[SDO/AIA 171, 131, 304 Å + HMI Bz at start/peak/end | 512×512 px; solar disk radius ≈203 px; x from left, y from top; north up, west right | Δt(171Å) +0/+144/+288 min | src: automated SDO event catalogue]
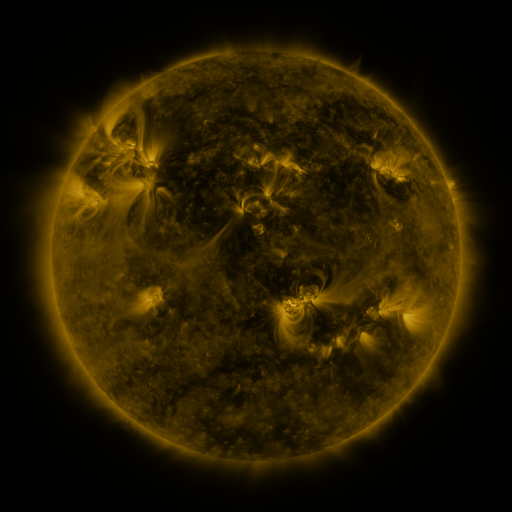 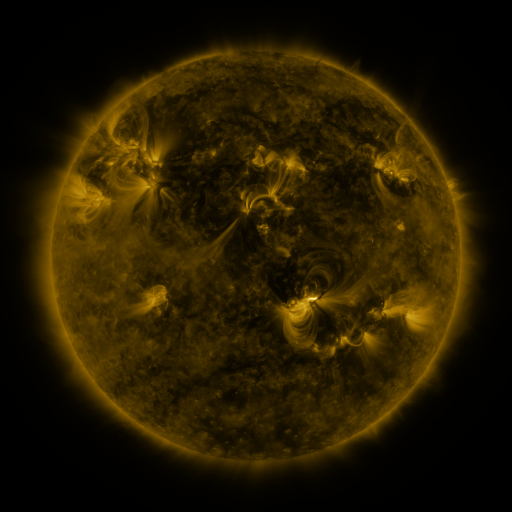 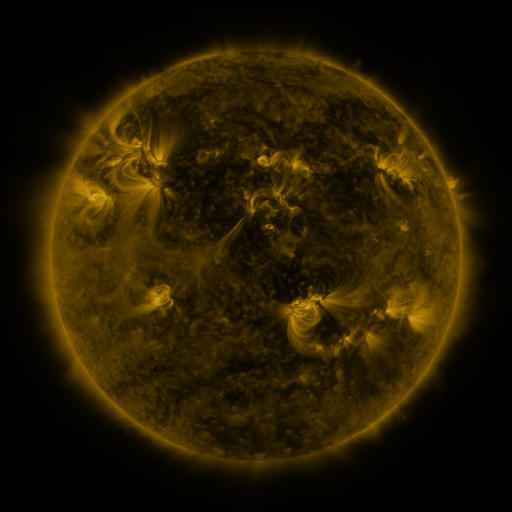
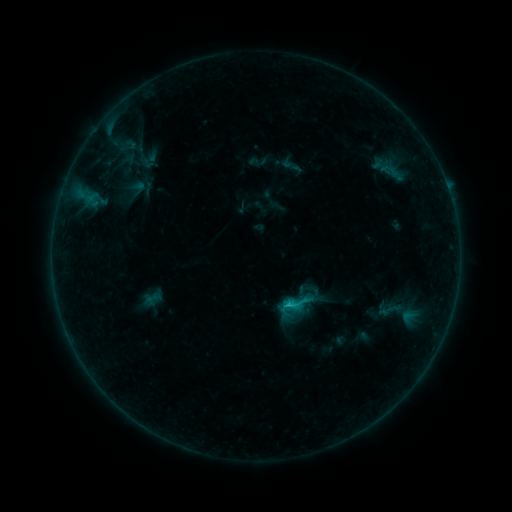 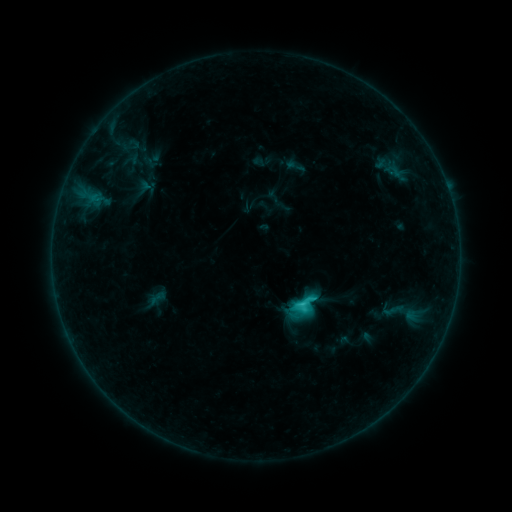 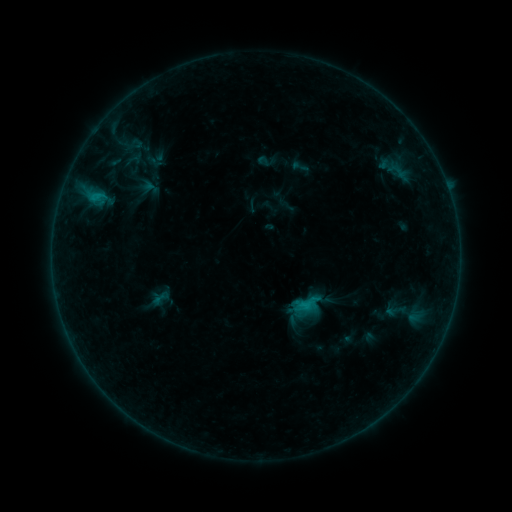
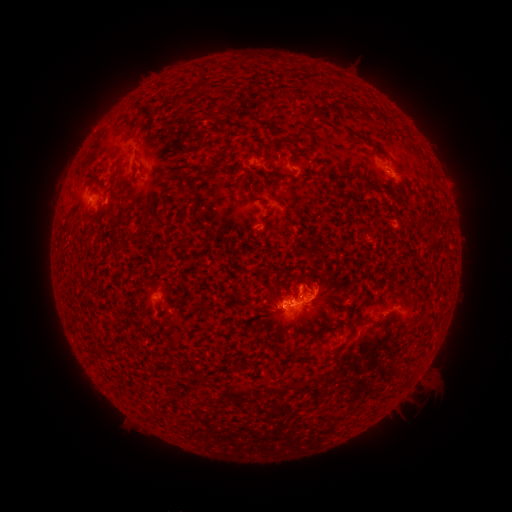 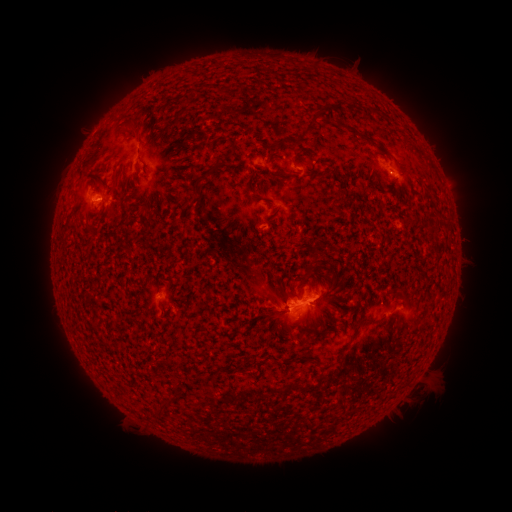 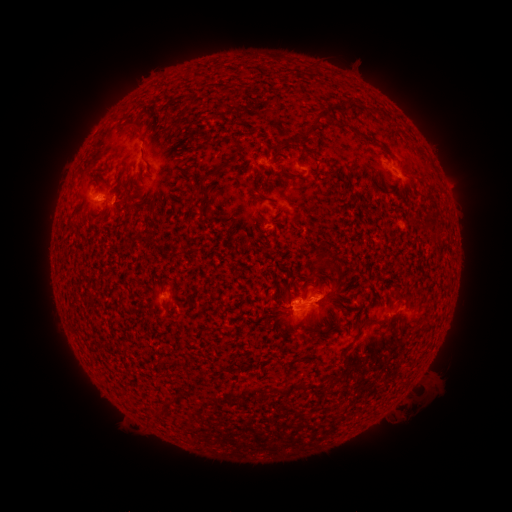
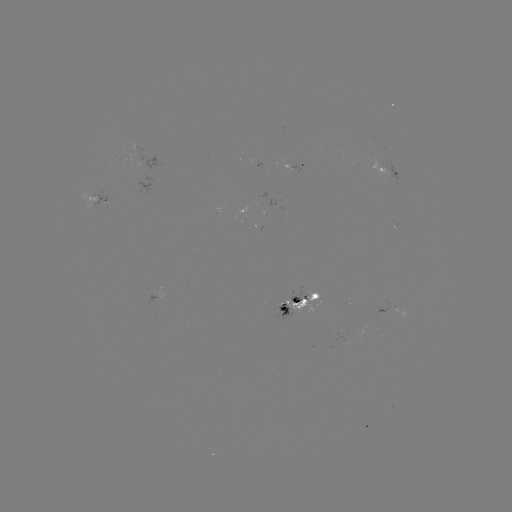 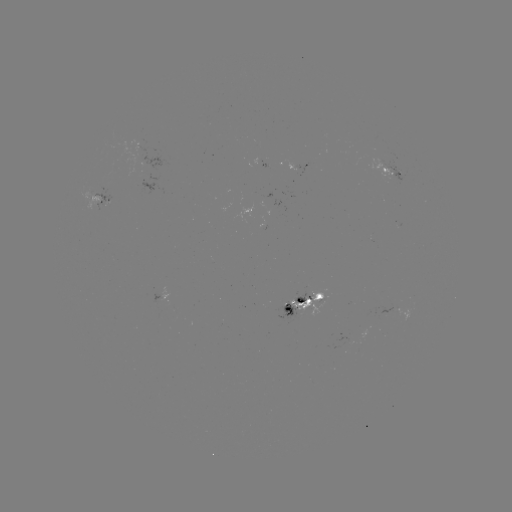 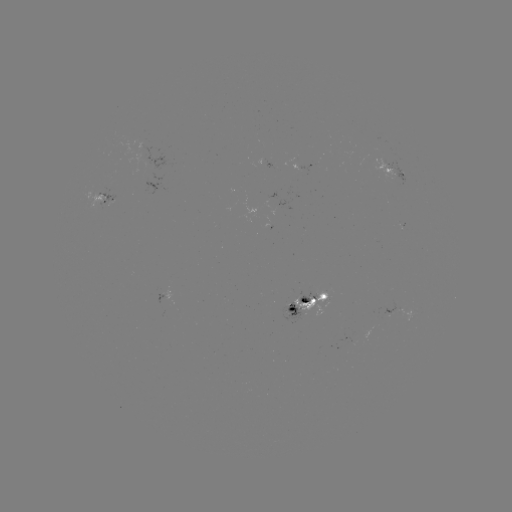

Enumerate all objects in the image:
filament eruption: (187, 242)
